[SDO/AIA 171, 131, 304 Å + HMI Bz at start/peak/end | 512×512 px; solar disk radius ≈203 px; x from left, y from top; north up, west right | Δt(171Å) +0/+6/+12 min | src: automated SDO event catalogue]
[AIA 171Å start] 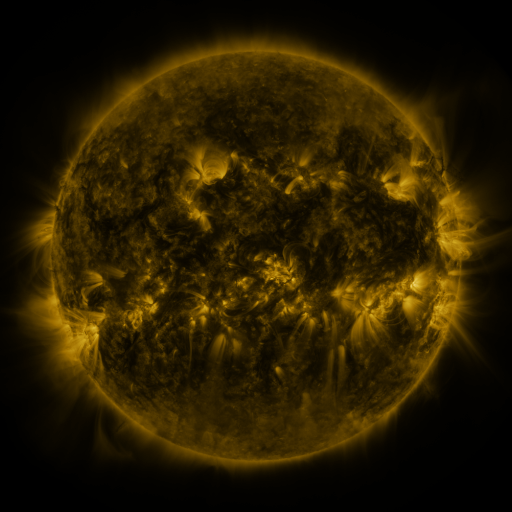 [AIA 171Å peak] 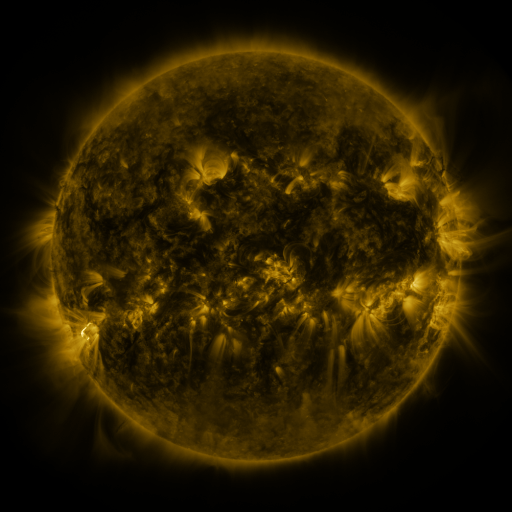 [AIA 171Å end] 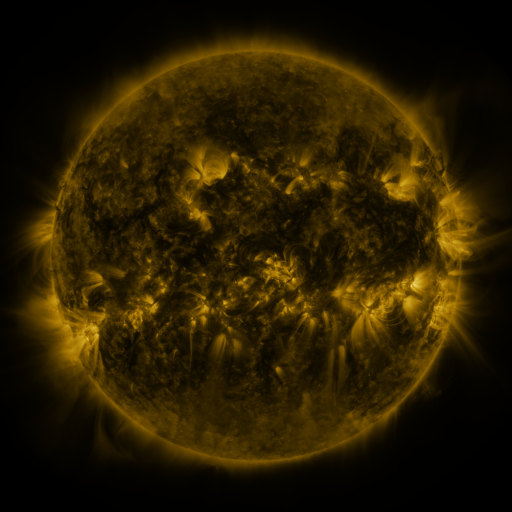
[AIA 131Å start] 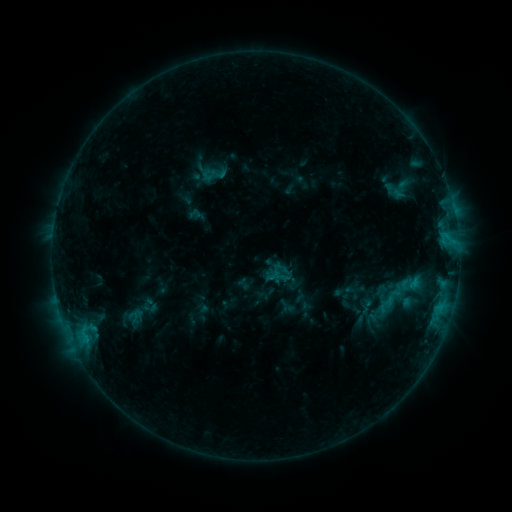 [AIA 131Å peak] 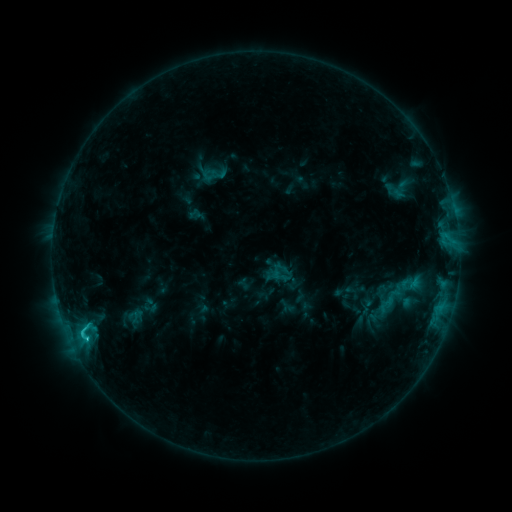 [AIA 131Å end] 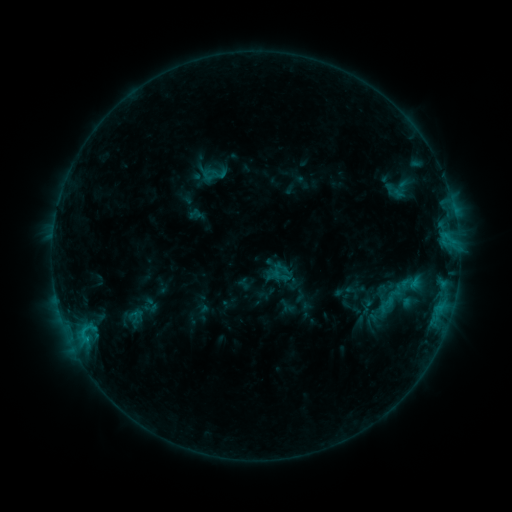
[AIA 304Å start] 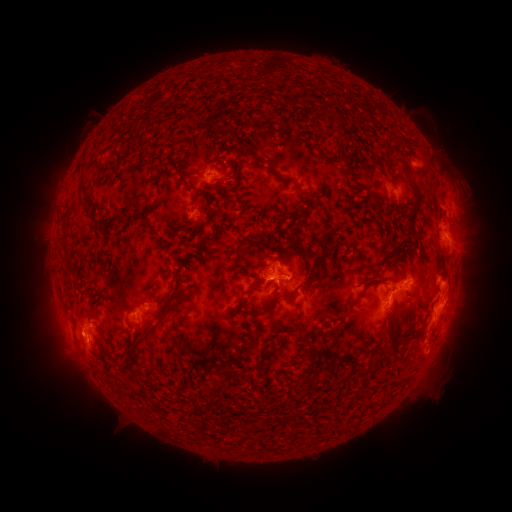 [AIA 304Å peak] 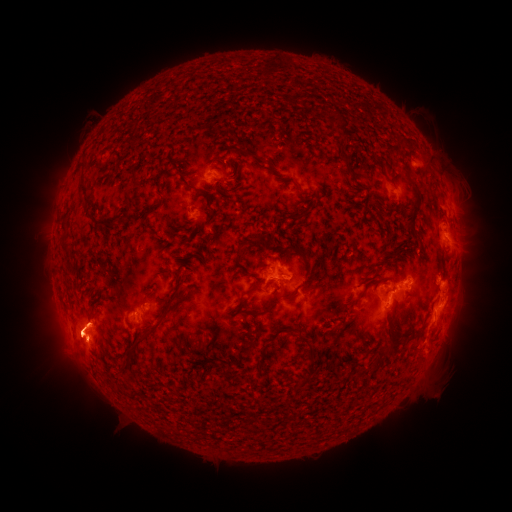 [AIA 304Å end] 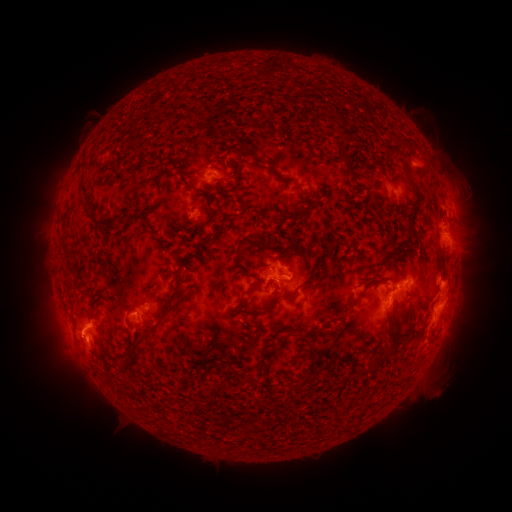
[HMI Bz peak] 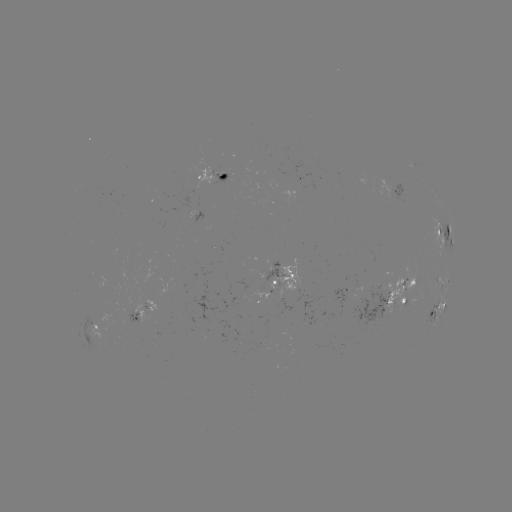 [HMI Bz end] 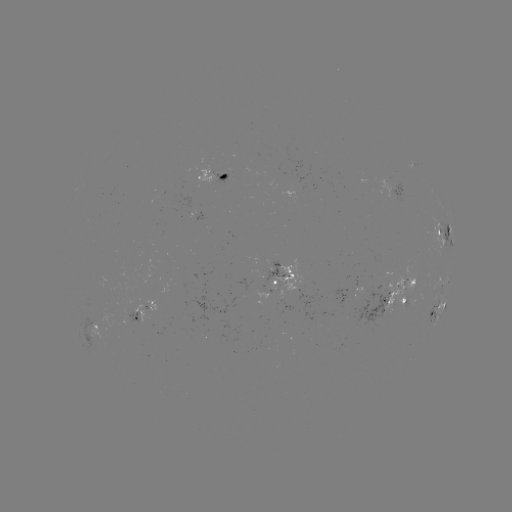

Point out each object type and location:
C1.4 flare: (86, 335)
